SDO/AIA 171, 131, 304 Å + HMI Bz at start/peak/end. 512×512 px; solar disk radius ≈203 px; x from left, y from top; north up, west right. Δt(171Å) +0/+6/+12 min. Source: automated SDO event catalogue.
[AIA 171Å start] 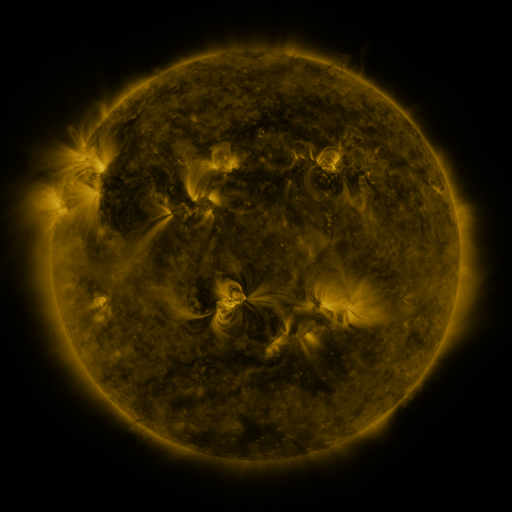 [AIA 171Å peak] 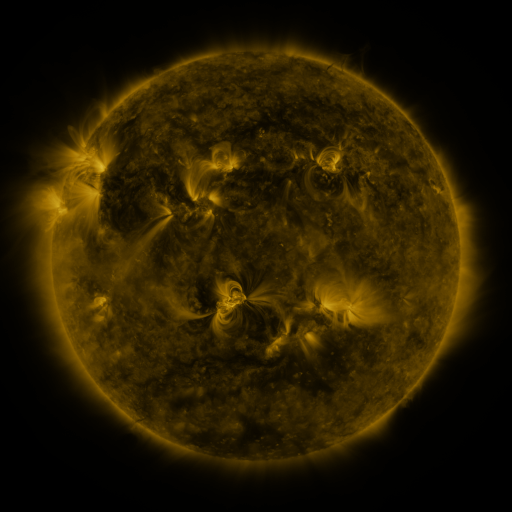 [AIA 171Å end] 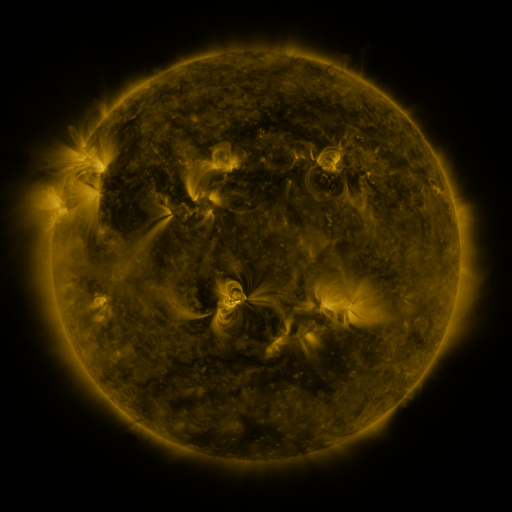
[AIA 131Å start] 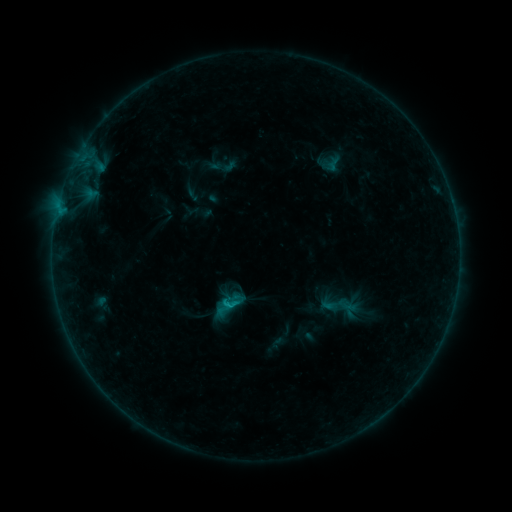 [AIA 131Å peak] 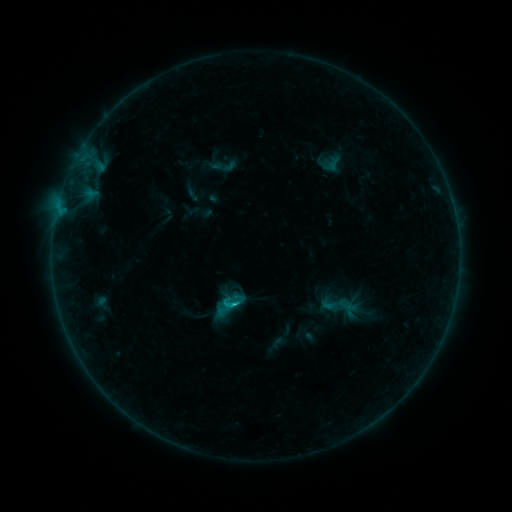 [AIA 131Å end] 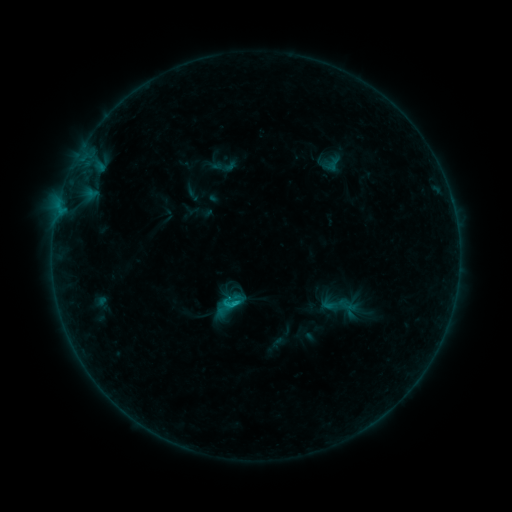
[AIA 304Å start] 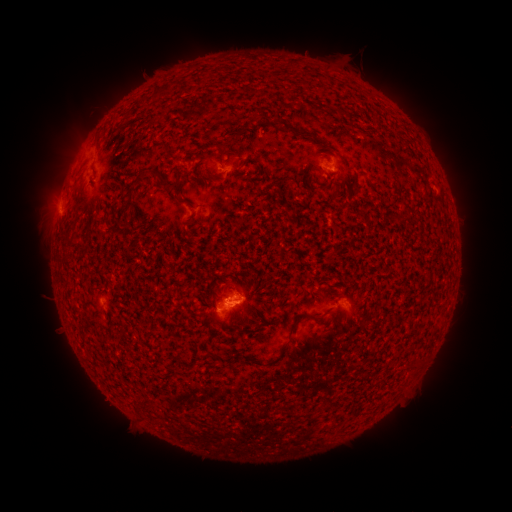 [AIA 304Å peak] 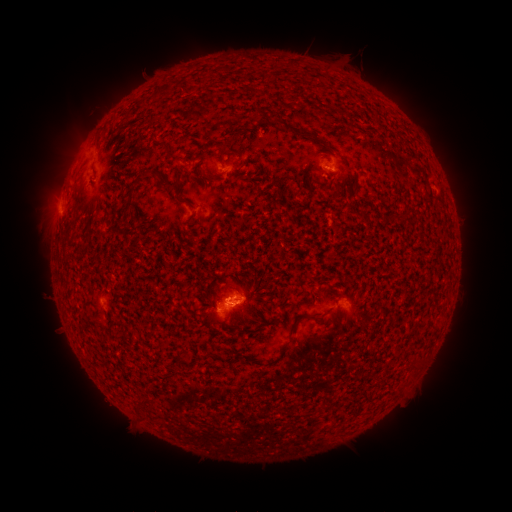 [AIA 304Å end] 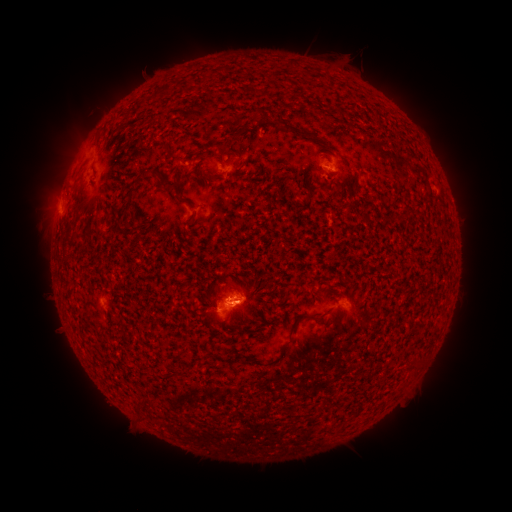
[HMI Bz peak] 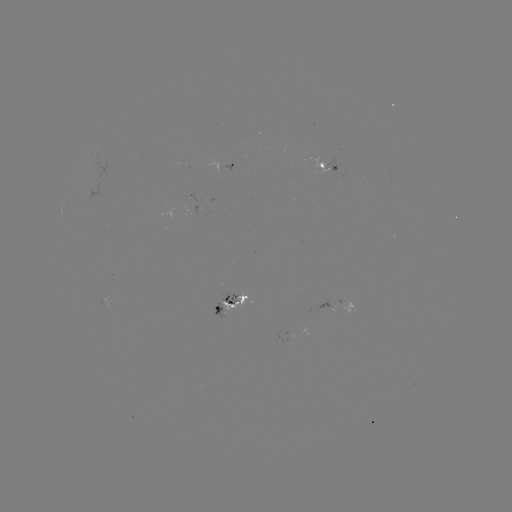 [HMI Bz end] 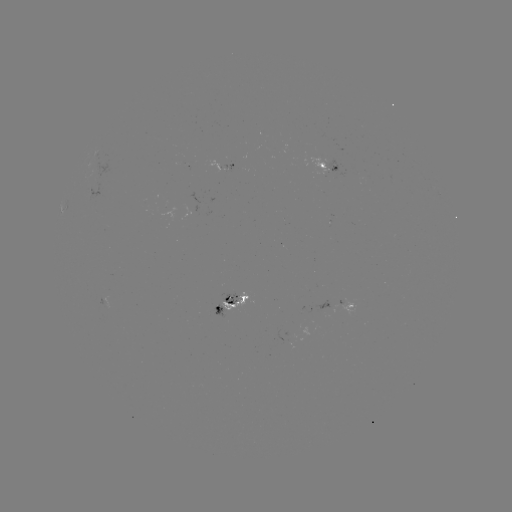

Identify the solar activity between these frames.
B5.4 flare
